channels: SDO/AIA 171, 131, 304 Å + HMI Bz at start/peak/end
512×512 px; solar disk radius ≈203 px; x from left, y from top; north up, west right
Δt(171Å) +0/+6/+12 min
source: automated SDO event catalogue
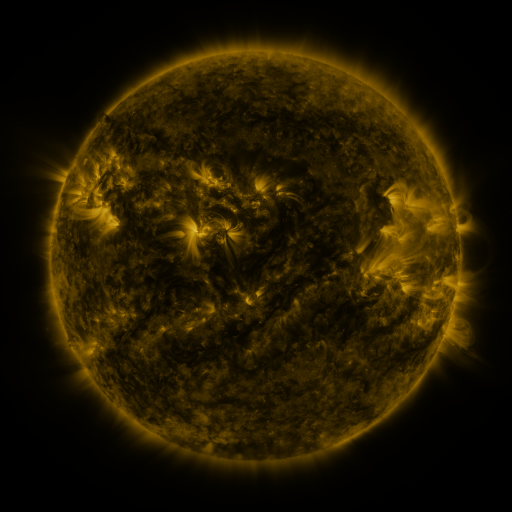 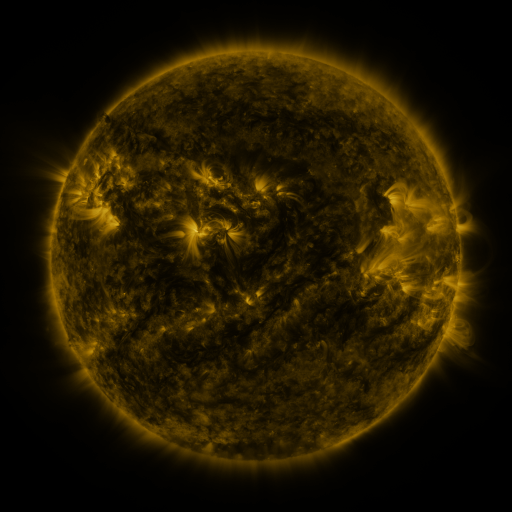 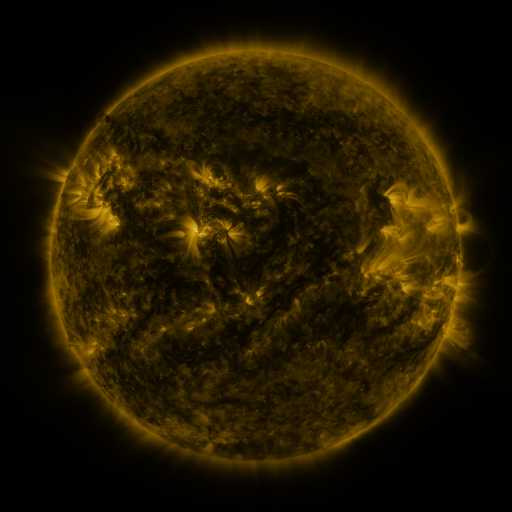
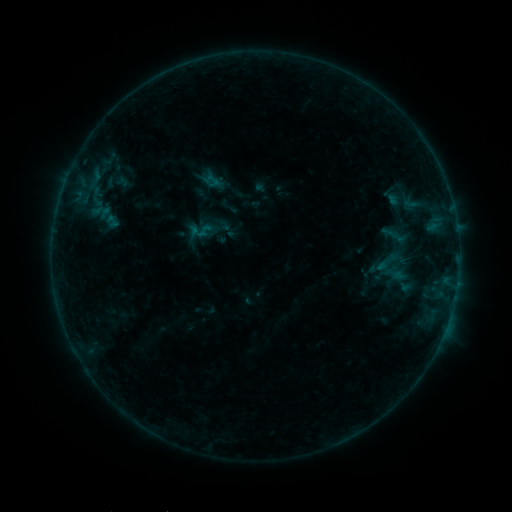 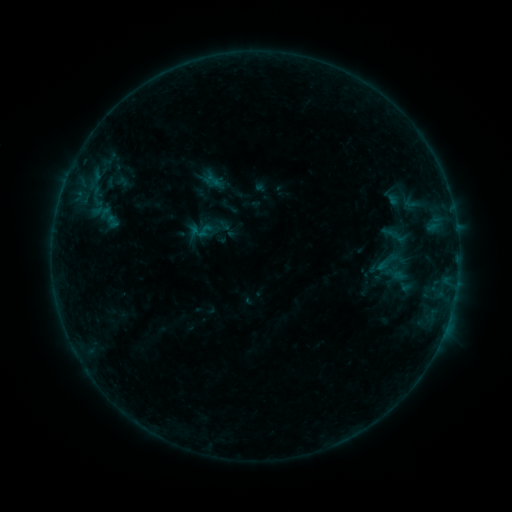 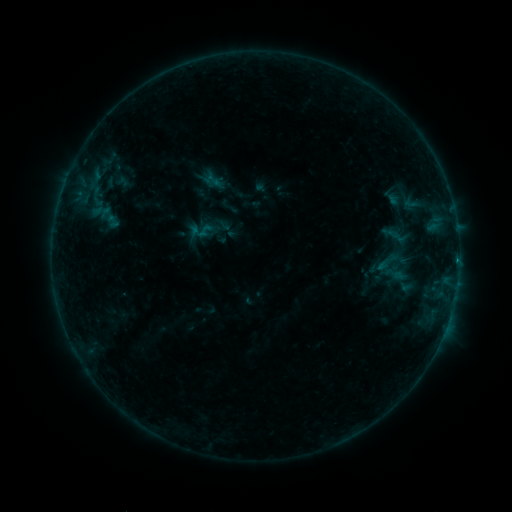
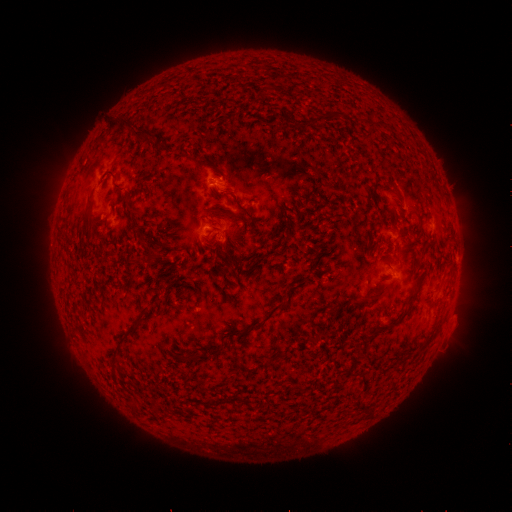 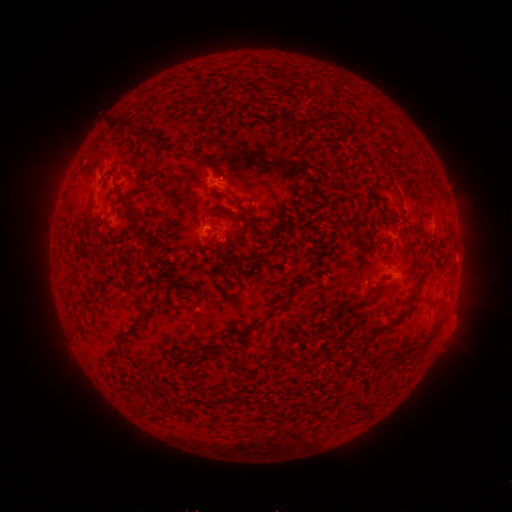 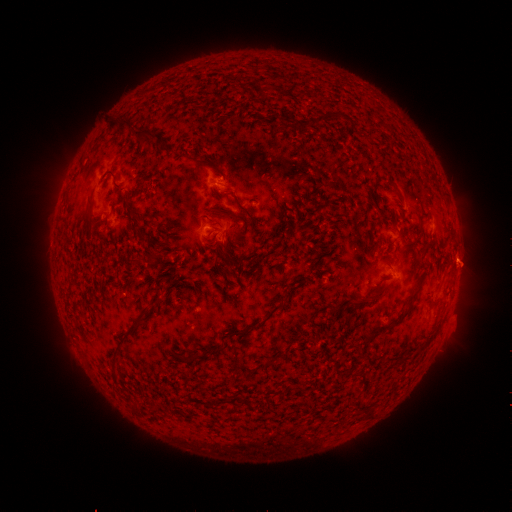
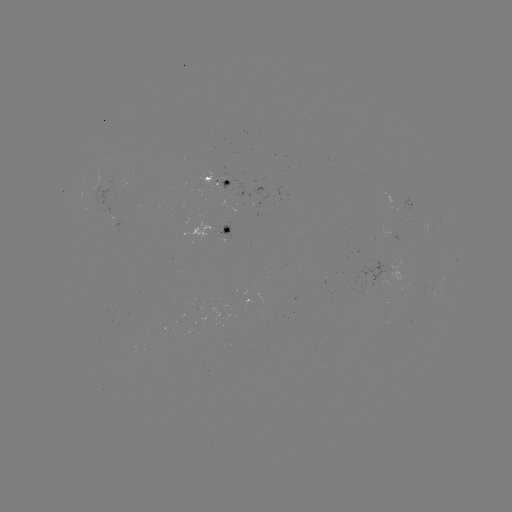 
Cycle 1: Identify B4.0 flare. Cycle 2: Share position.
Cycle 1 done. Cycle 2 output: (456, 257).